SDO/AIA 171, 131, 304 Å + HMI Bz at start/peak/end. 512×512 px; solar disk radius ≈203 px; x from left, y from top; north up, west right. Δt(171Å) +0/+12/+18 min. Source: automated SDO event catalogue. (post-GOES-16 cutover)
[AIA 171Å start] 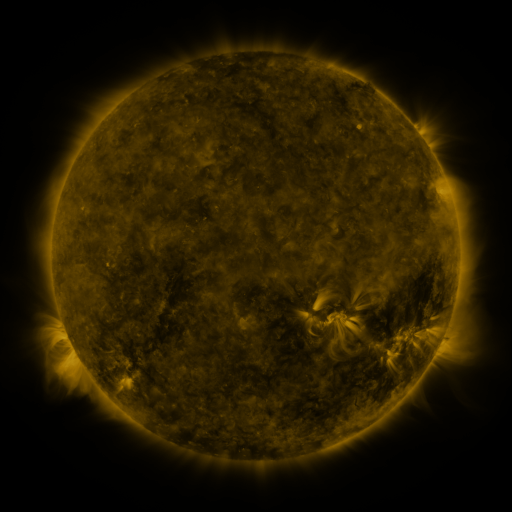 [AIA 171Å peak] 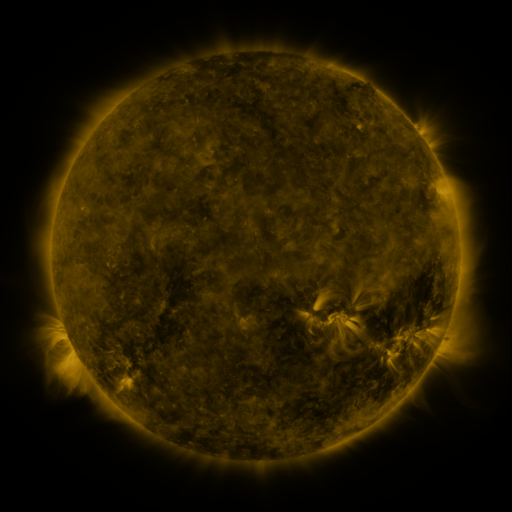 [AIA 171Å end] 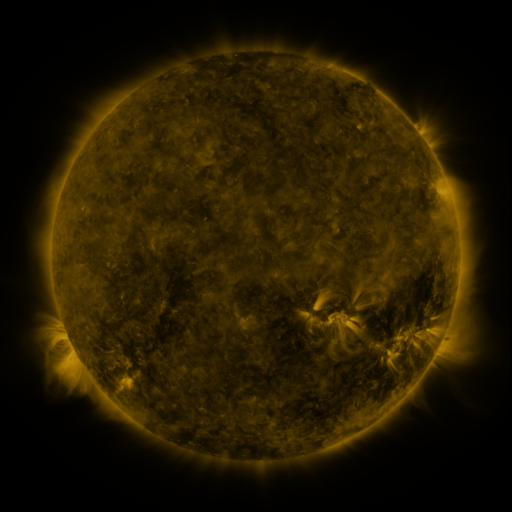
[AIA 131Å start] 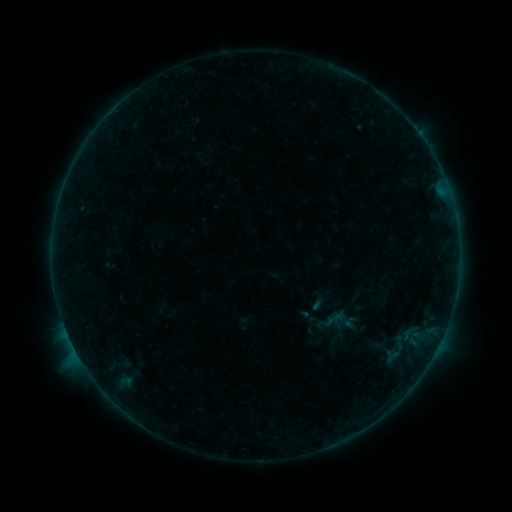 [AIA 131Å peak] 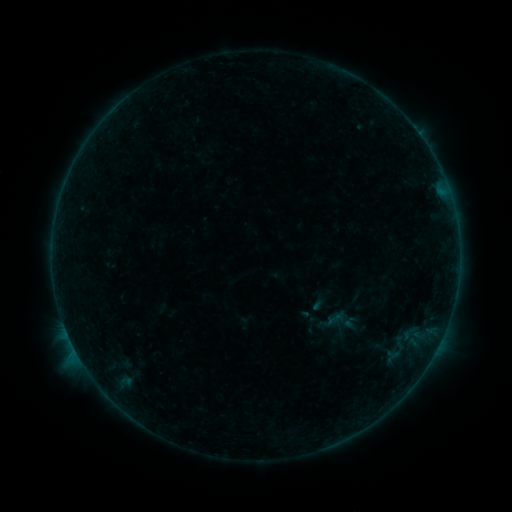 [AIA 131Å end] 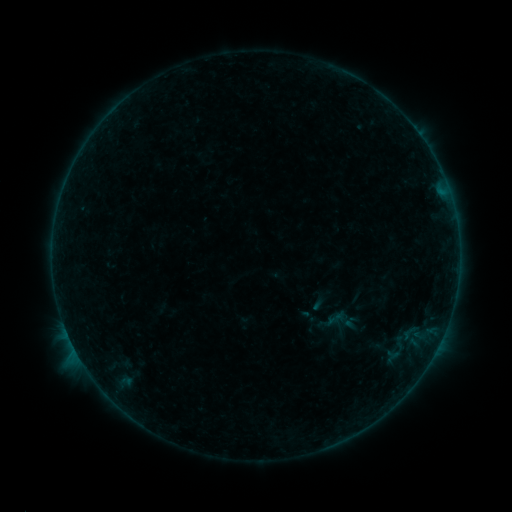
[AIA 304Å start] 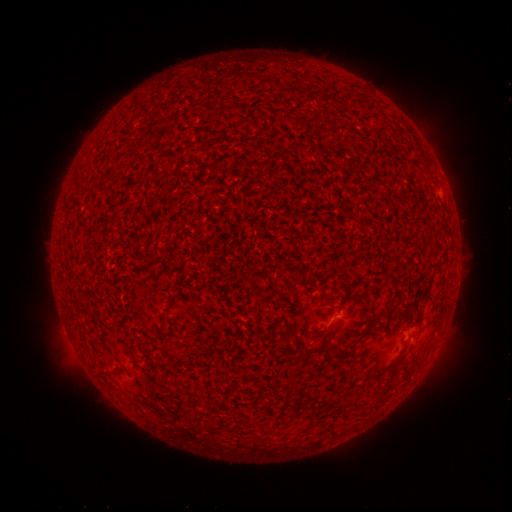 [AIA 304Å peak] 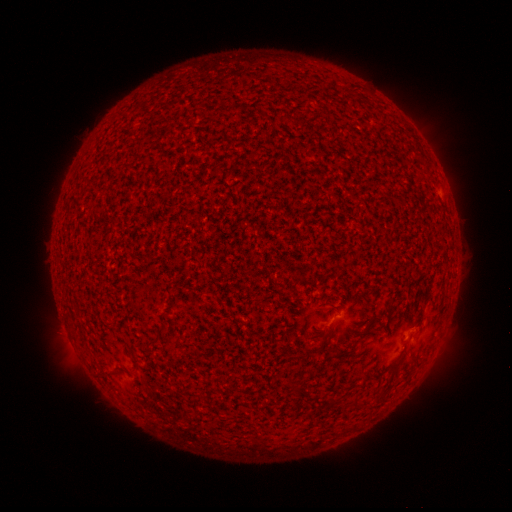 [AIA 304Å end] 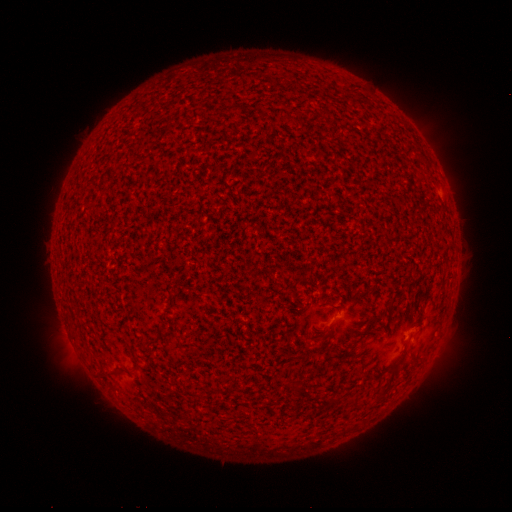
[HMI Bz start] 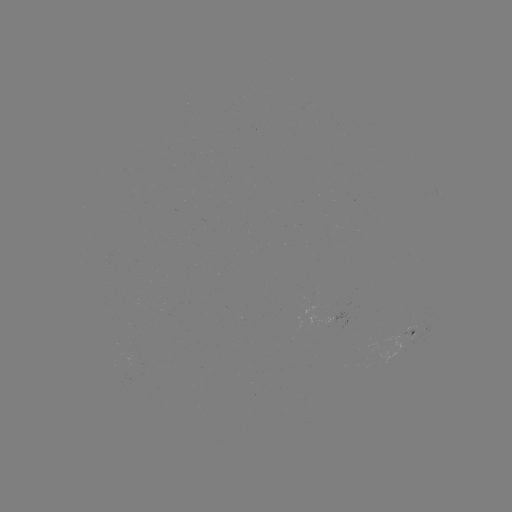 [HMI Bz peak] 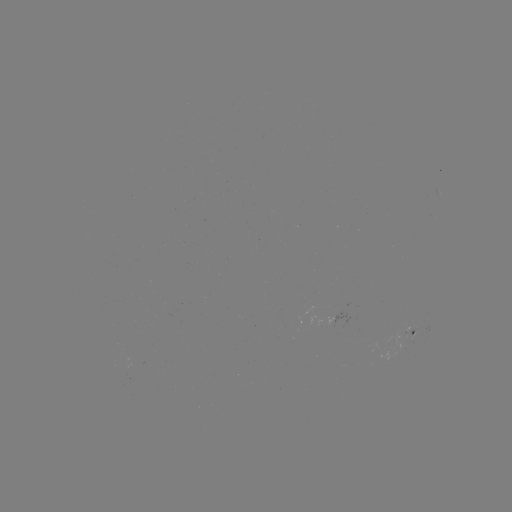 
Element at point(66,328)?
B1.2 flare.